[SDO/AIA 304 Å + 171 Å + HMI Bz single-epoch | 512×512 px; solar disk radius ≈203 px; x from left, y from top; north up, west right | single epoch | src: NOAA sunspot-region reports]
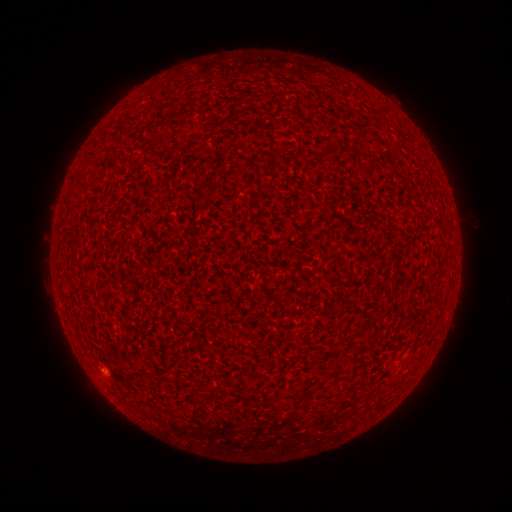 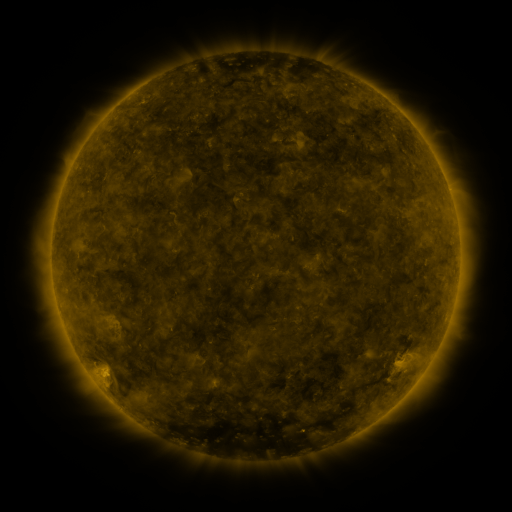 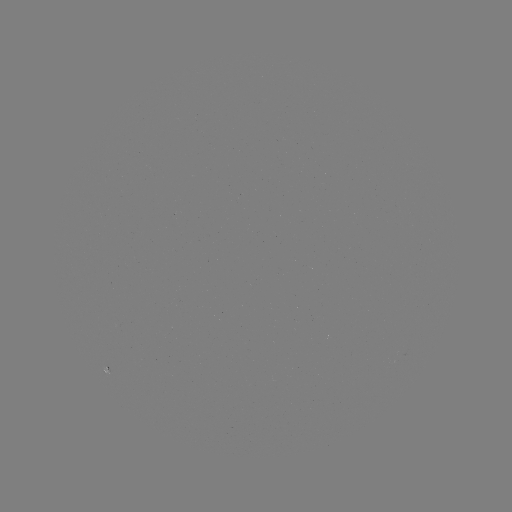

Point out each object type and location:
(none)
